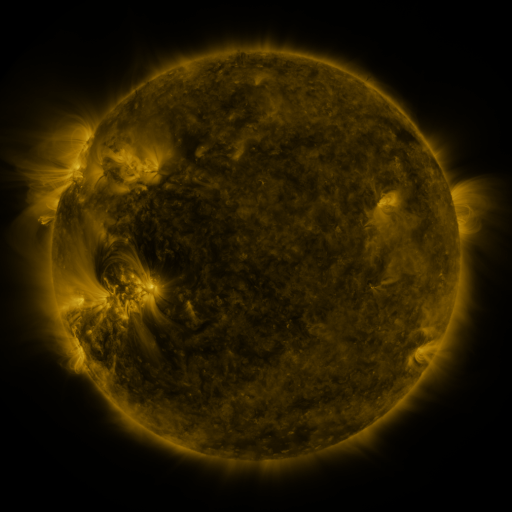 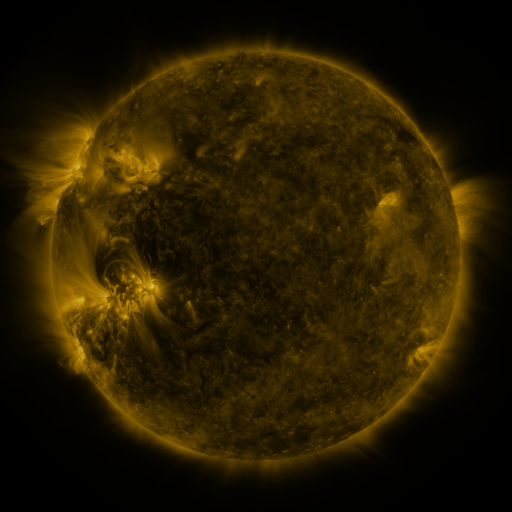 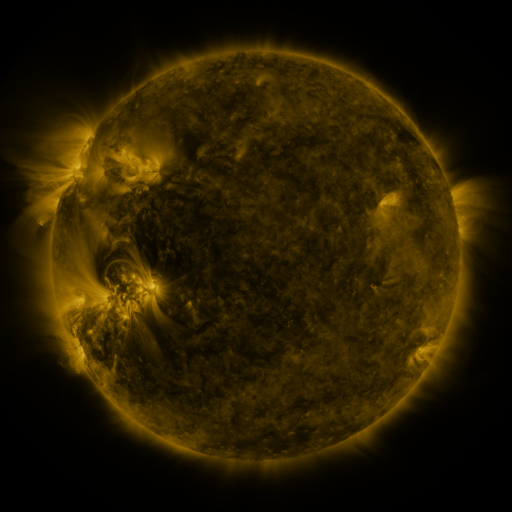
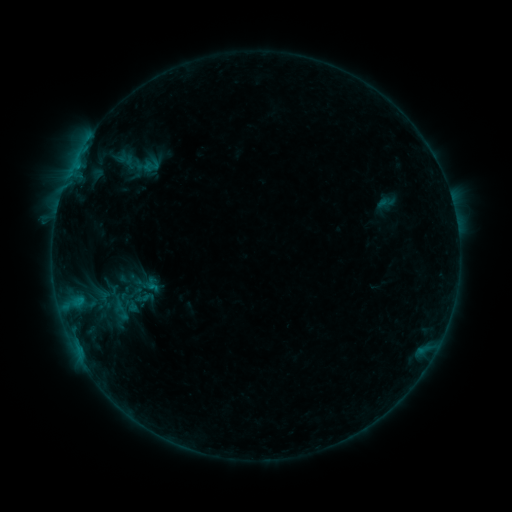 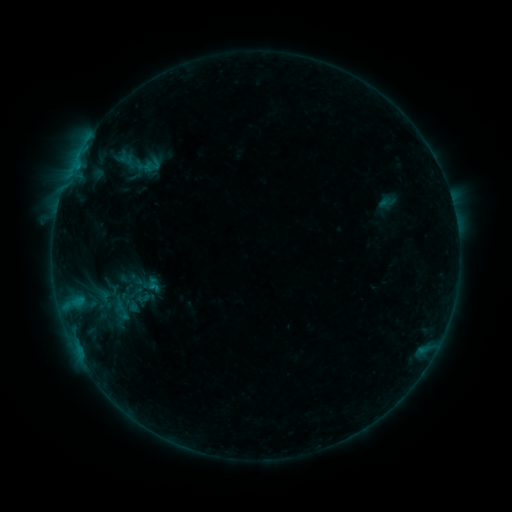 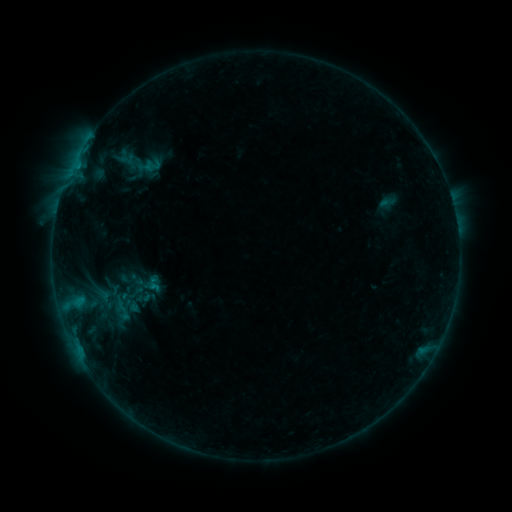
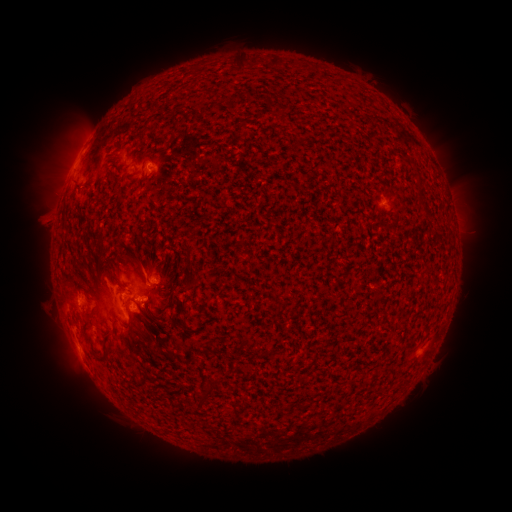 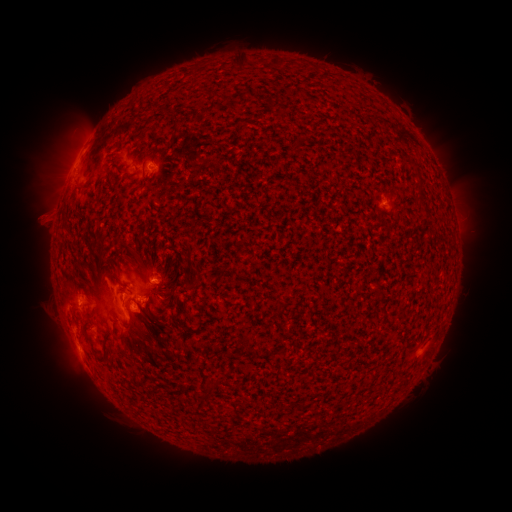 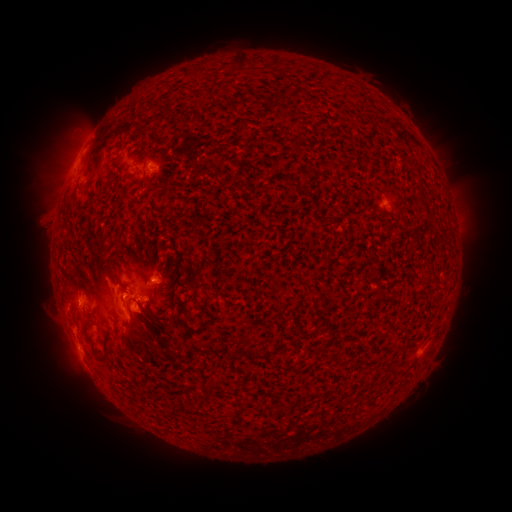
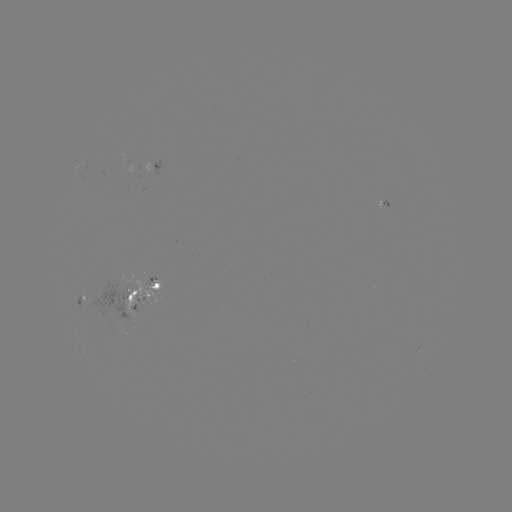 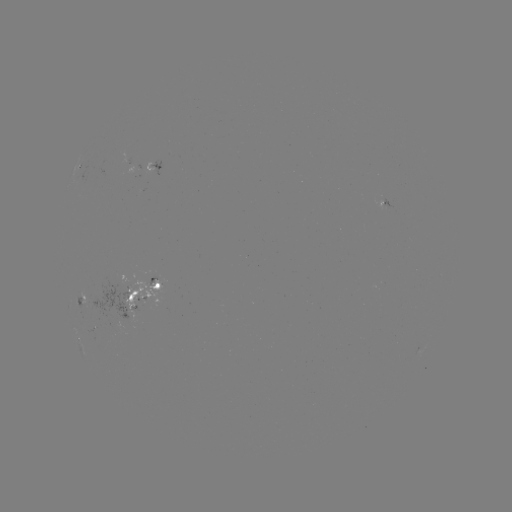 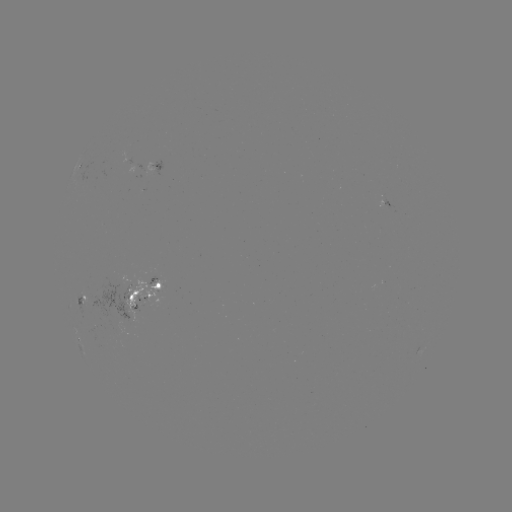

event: emerging-flux region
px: (118, 289)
